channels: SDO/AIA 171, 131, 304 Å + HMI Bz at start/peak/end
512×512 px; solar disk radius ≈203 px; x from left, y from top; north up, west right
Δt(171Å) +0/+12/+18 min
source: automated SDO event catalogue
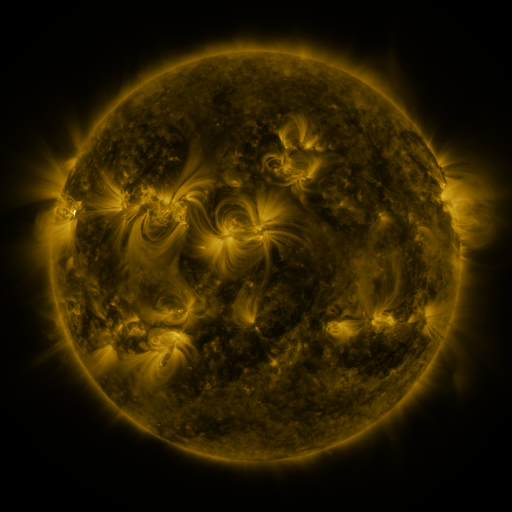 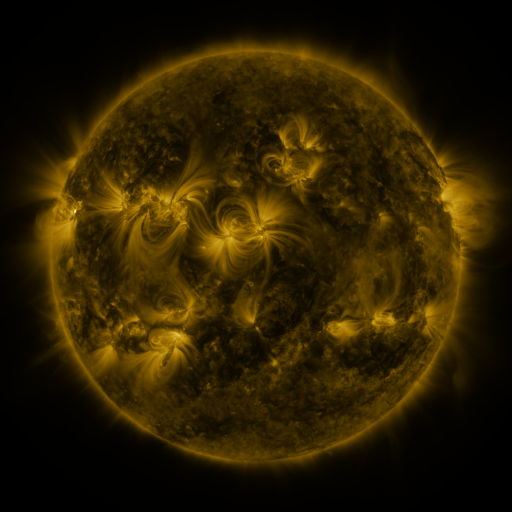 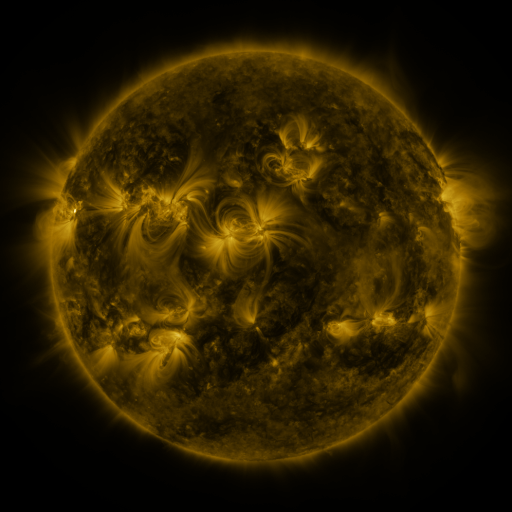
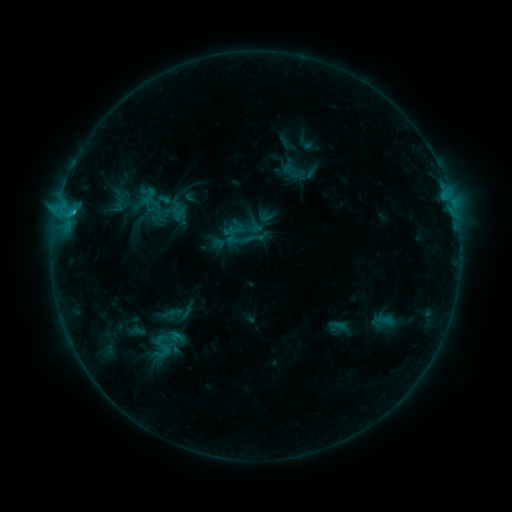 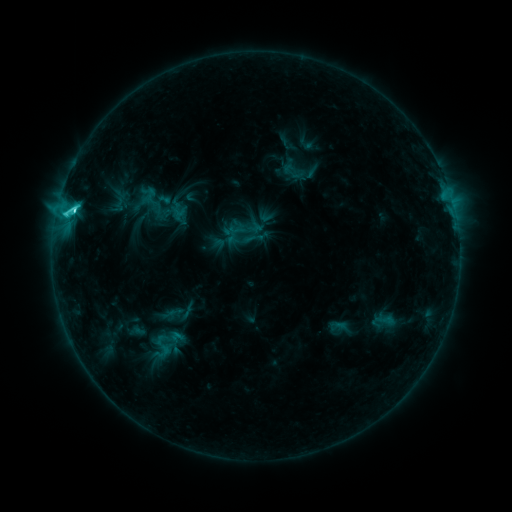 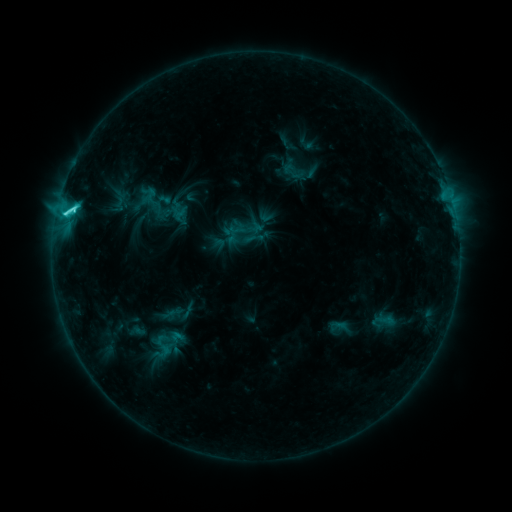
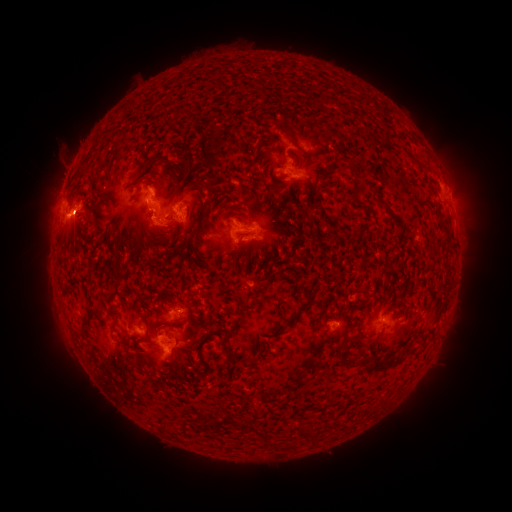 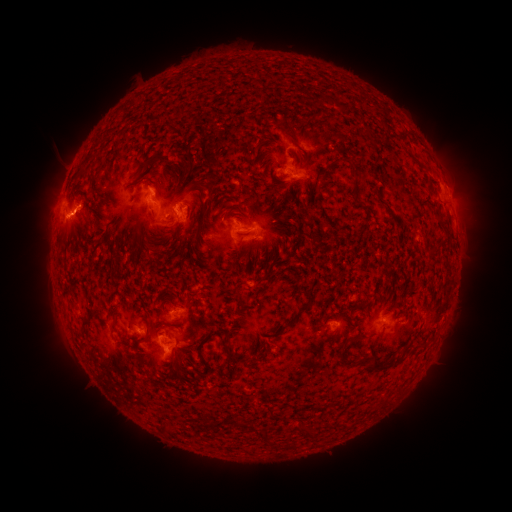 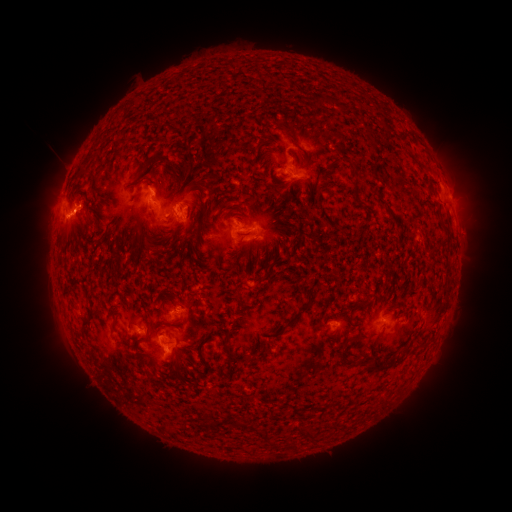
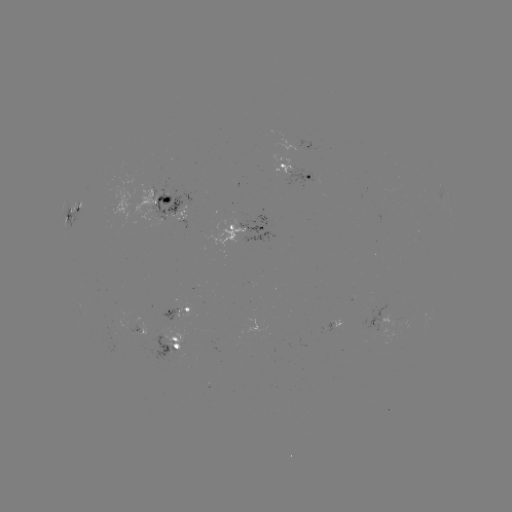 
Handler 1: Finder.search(C4.3 flare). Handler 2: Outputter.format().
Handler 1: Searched C4.3 flare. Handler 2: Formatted (74, 213).